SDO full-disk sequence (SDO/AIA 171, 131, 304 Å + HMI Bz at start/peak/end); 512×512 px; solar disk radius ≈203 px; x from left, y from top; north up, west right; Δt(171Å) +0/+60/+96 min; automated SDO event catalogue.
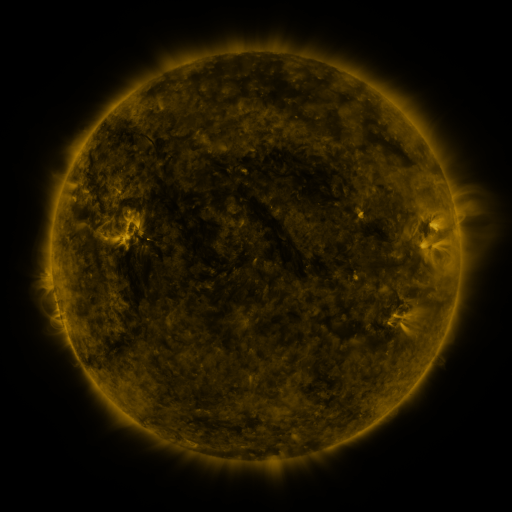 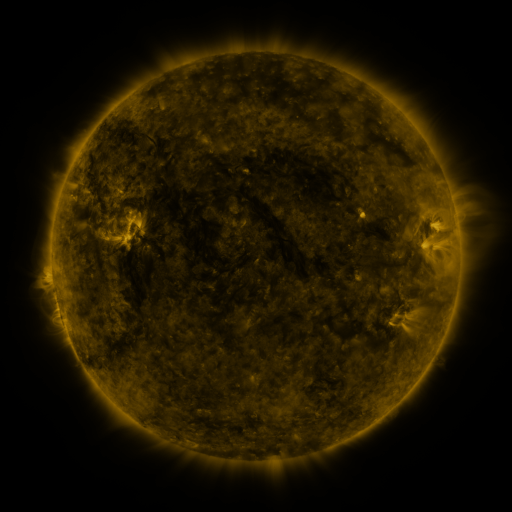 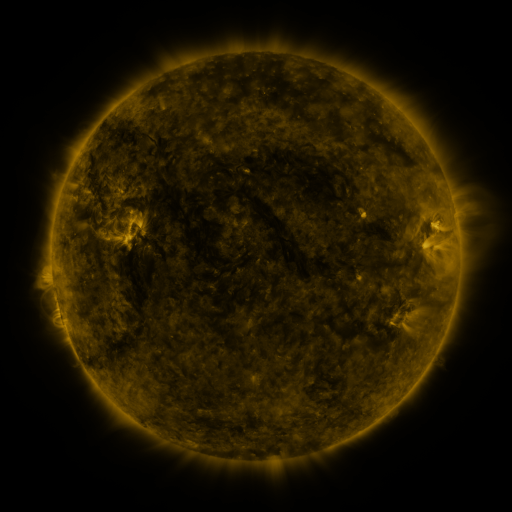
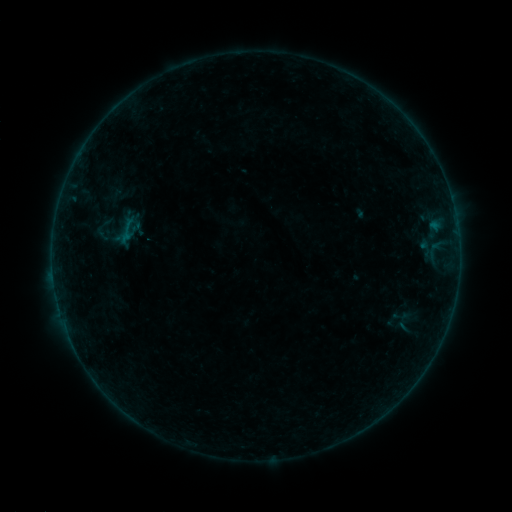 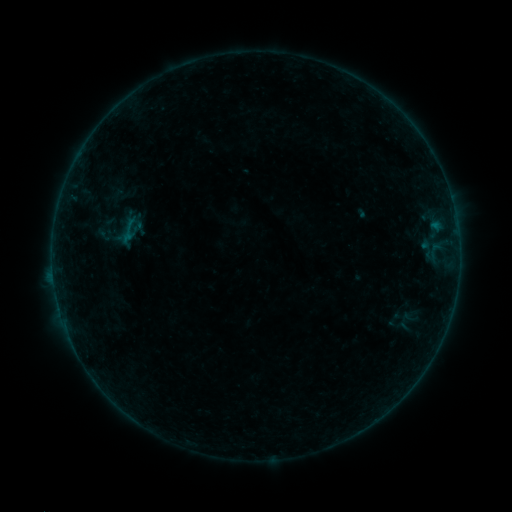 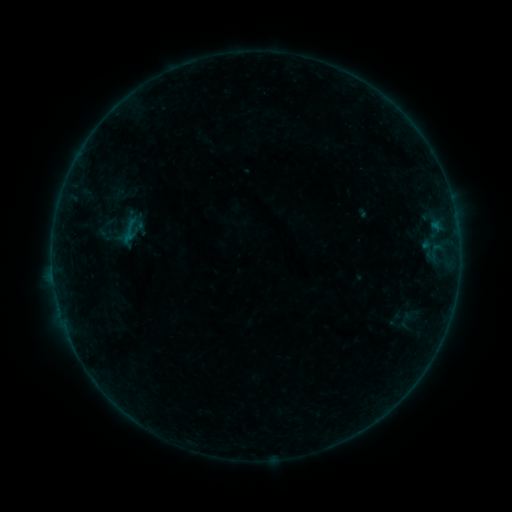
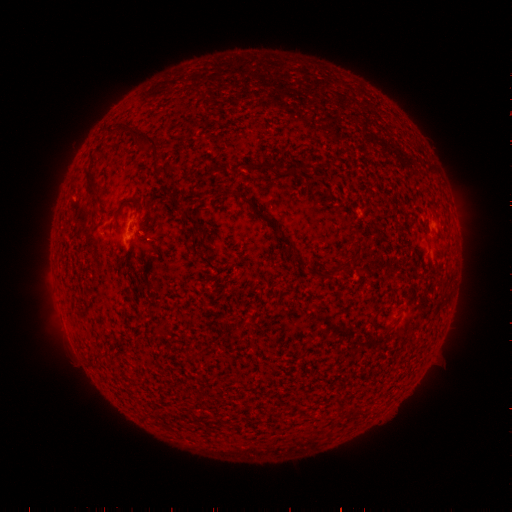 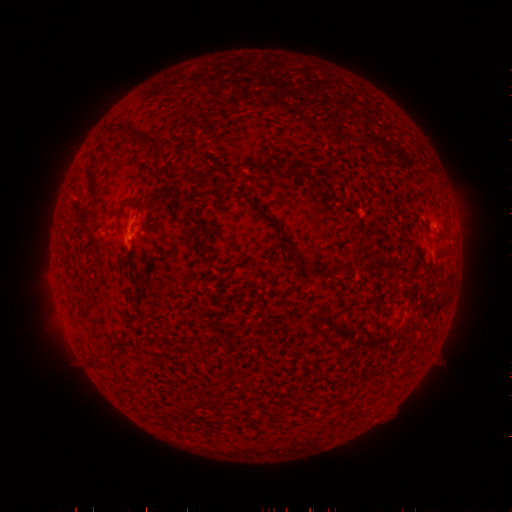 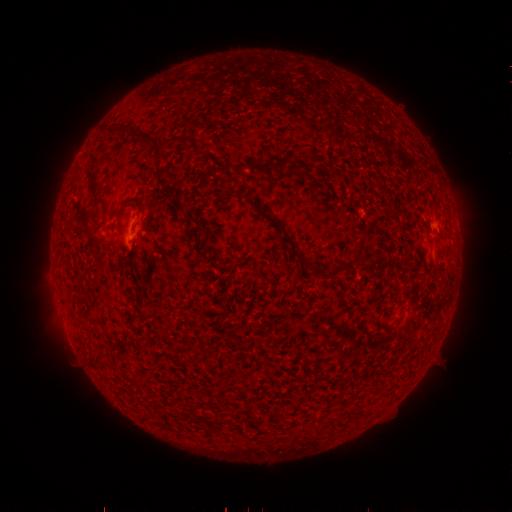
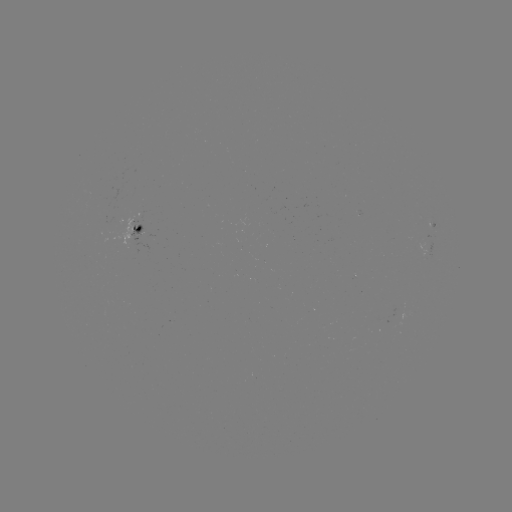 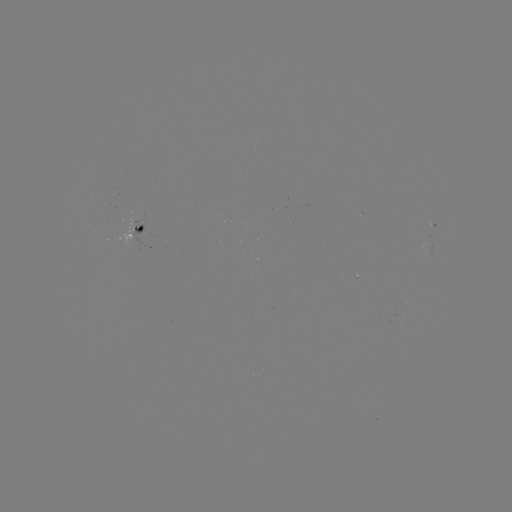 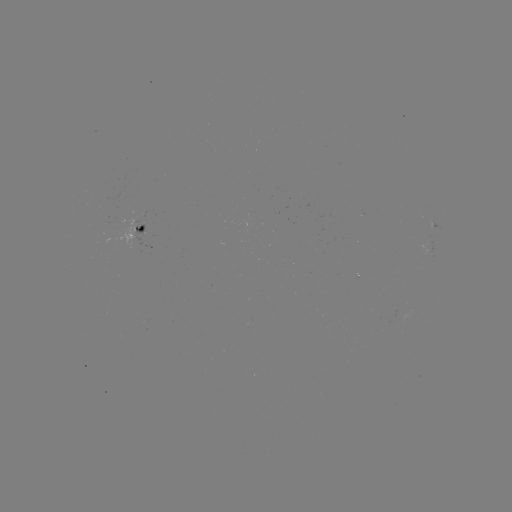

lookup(emerging-flux region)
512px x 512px (119, 222)